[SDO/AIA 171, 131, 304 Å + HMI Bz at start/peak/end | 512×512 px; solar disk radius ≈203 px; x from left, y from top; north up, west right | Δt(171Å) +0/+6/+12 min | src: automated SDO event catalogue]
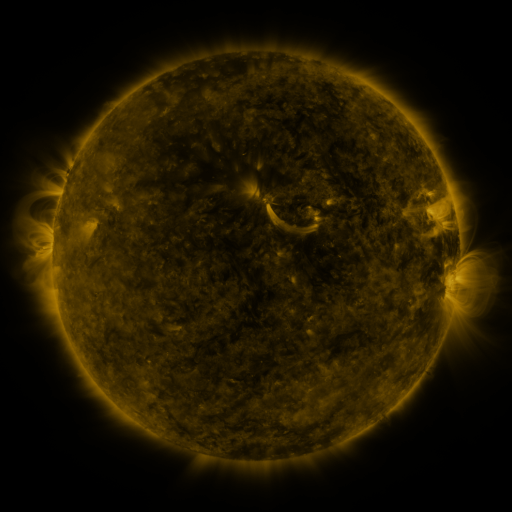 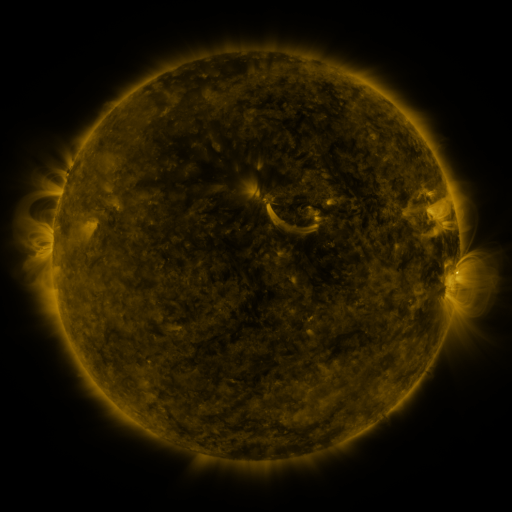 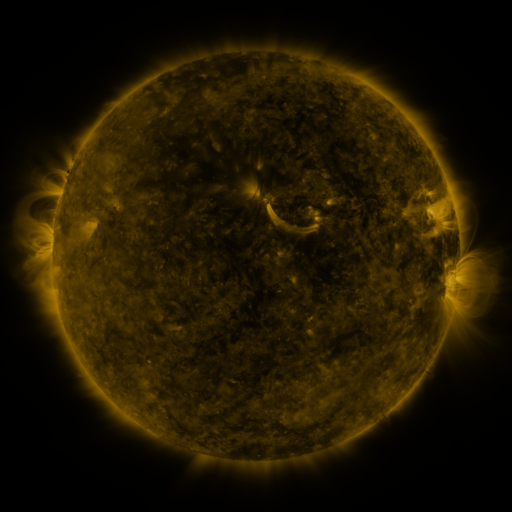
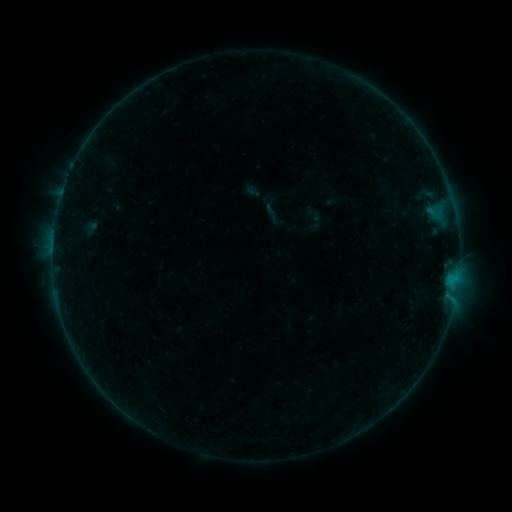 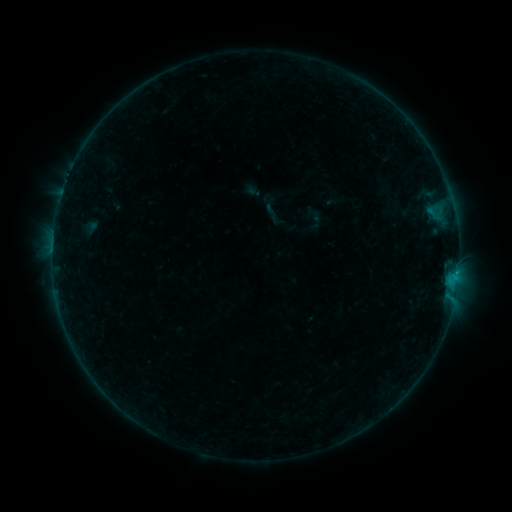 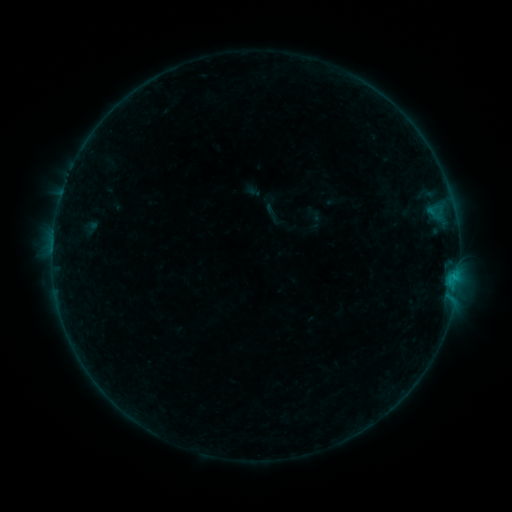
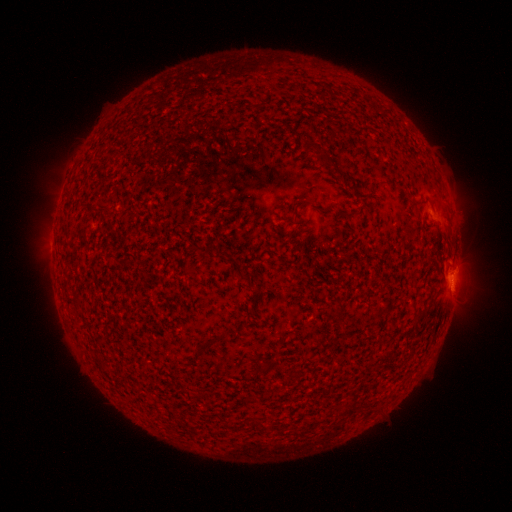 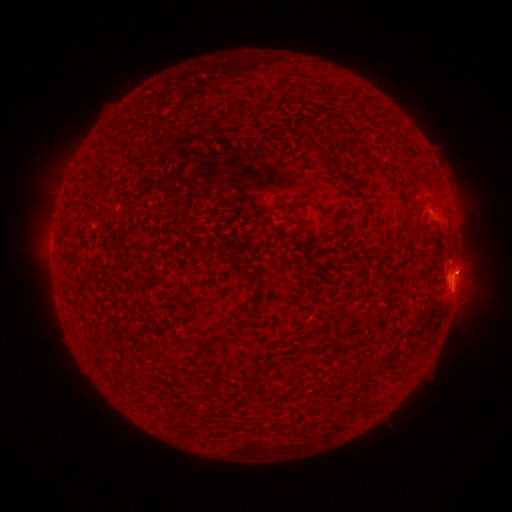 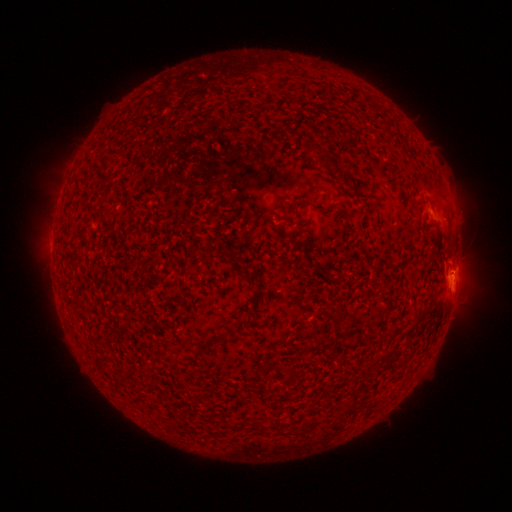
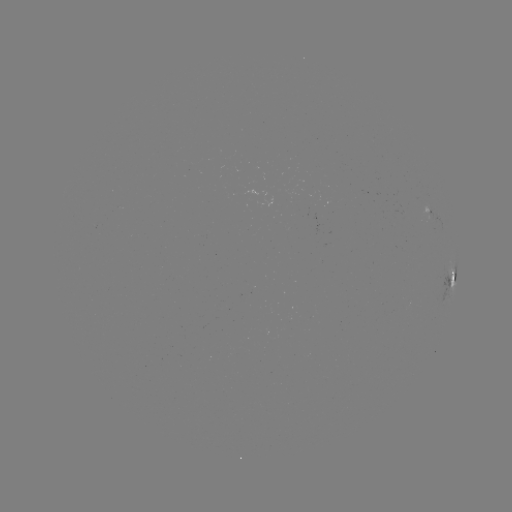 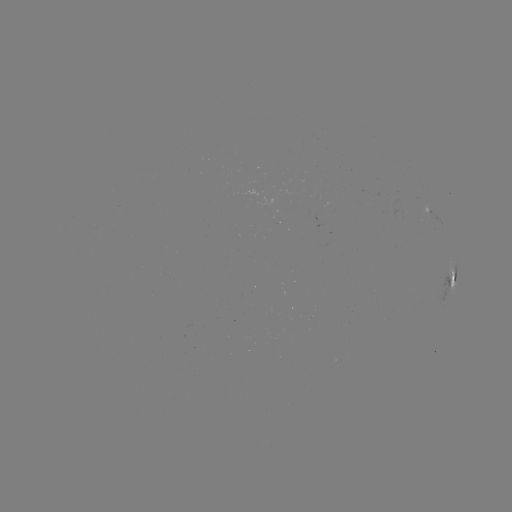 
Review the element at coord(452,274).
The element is B4.0 flare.